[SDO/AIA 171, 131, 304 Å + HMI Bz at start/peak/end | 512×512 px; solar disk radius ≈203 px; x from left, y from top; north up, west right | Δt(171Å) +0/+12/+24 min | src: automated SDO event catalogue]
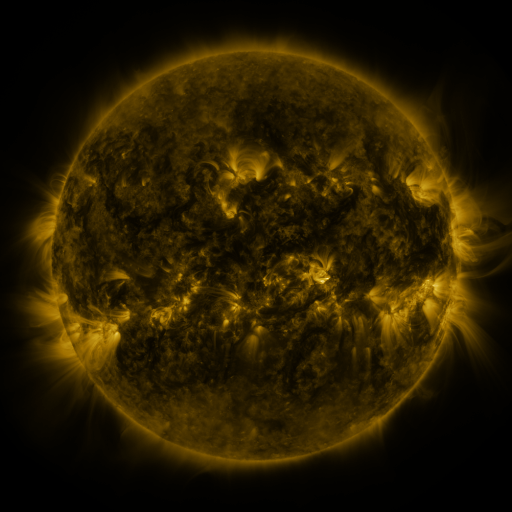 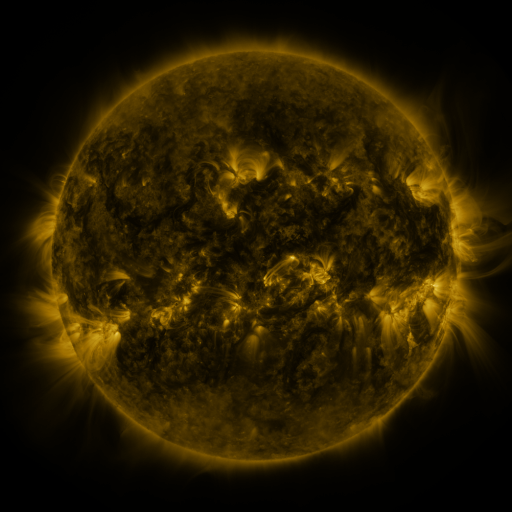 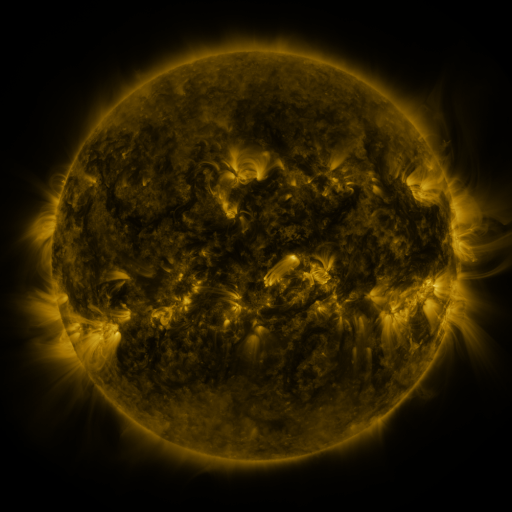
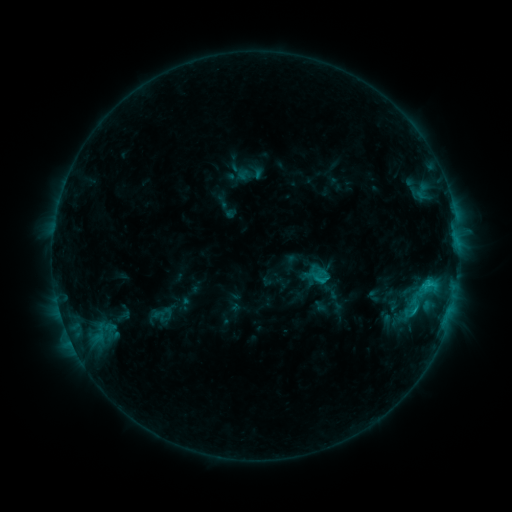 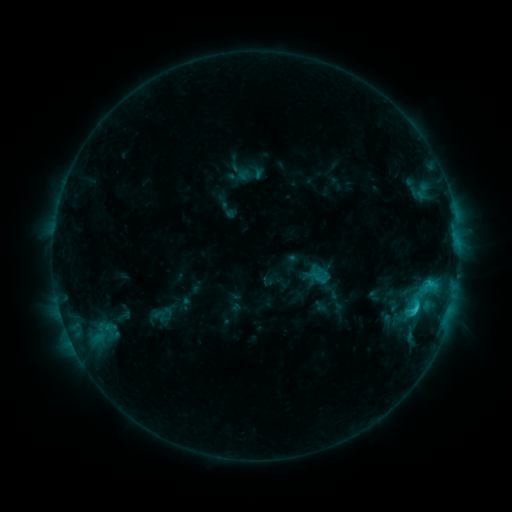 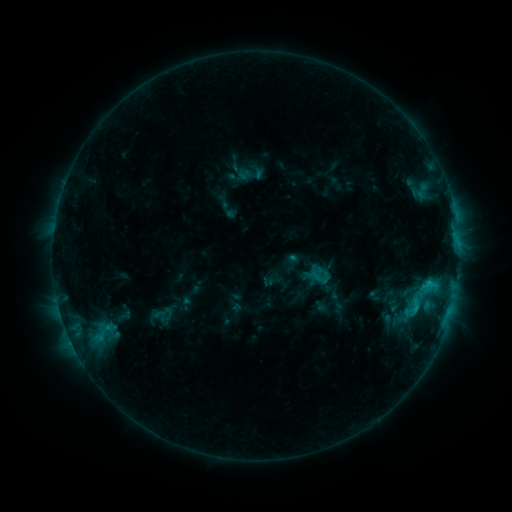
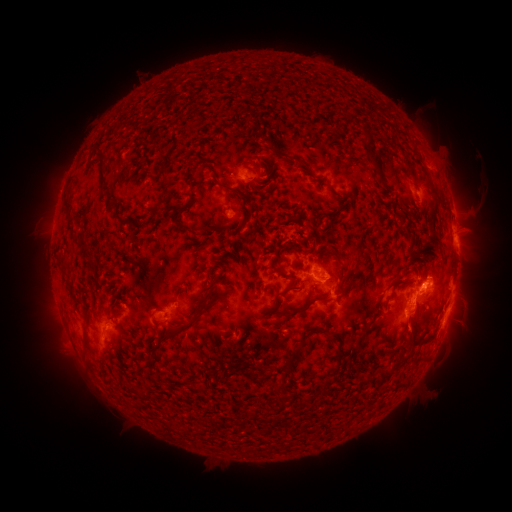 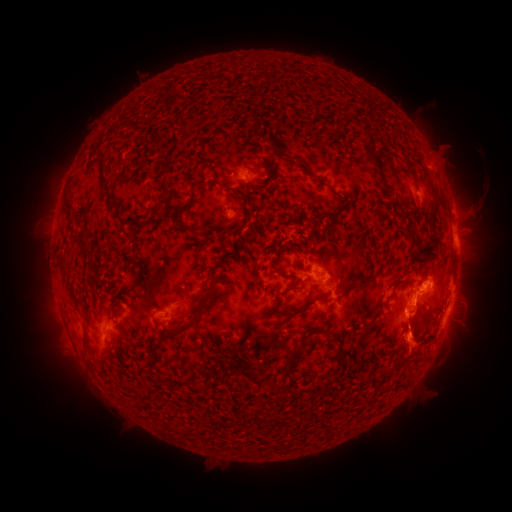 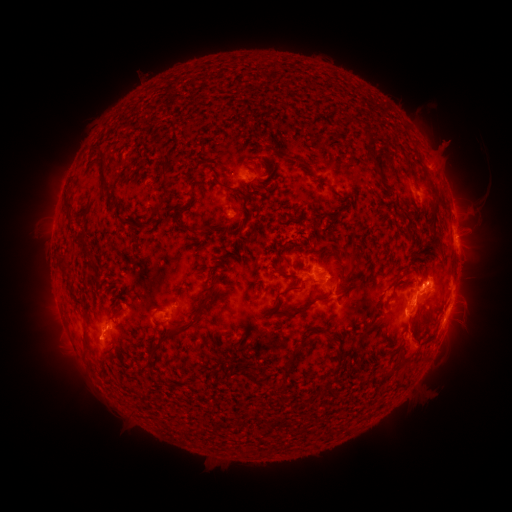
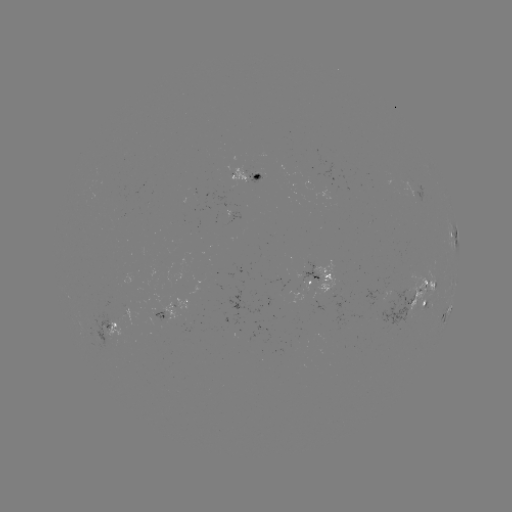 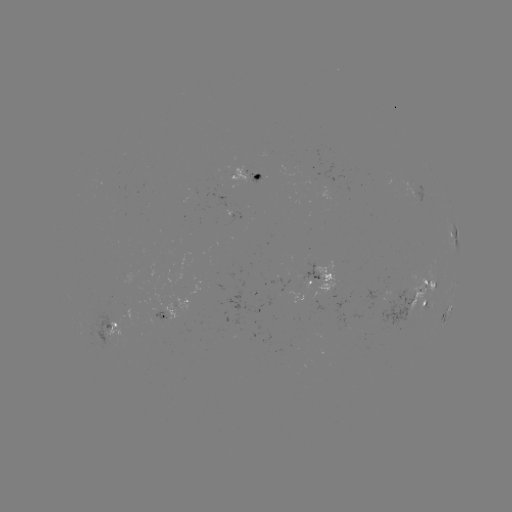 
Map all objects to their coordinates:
eruption: (413, 342)
